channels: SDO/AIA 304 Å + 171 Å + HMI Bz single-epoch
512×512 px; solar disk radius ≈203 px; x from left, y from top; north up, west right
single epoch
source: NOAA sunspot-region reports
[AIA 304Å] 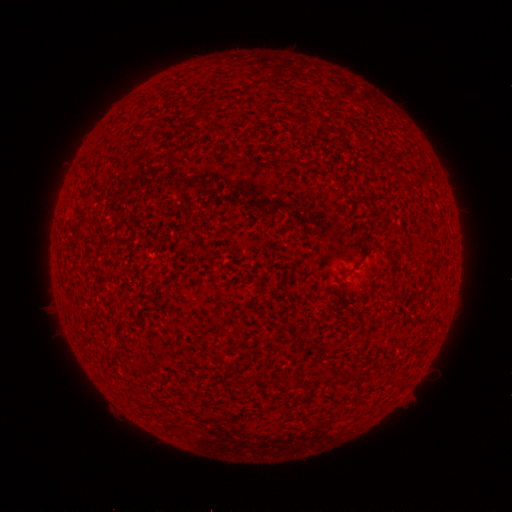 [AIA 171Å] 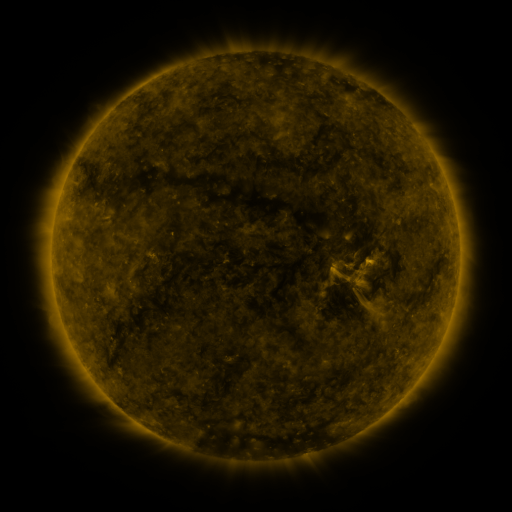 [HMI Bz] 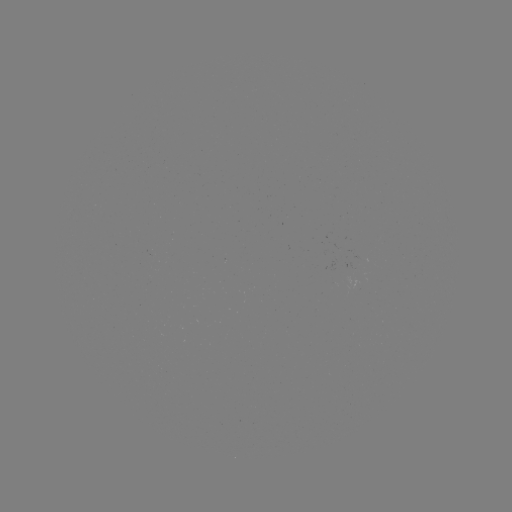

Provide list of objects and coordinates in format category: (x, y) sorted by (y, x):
(none)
